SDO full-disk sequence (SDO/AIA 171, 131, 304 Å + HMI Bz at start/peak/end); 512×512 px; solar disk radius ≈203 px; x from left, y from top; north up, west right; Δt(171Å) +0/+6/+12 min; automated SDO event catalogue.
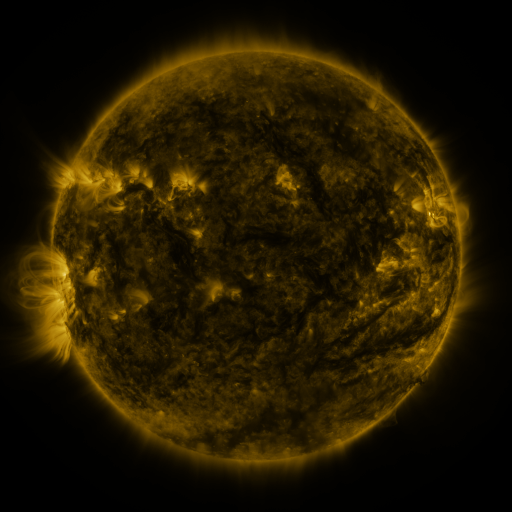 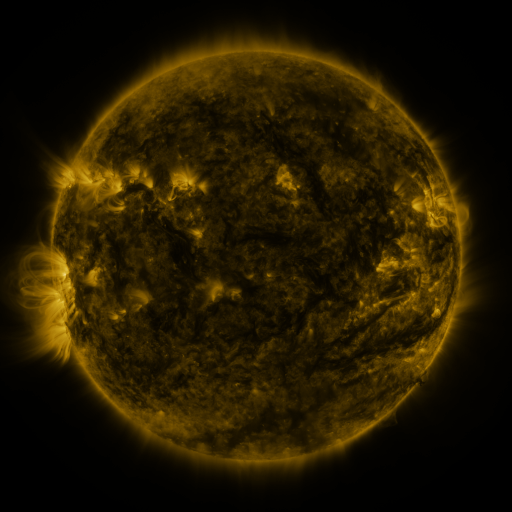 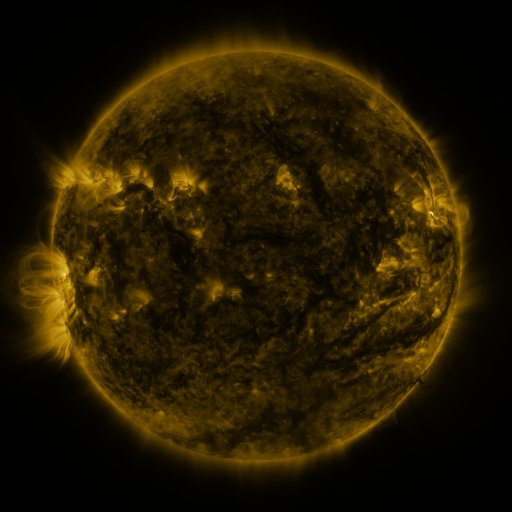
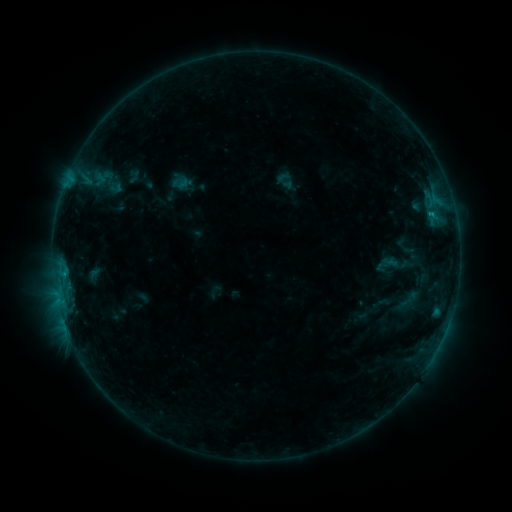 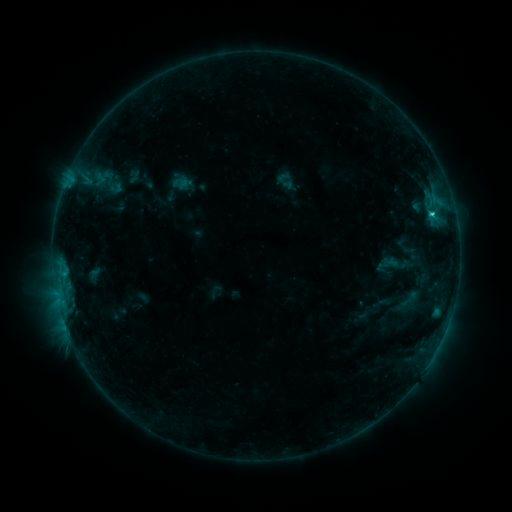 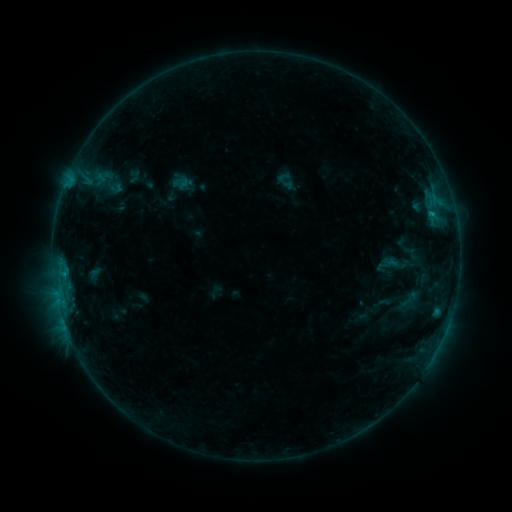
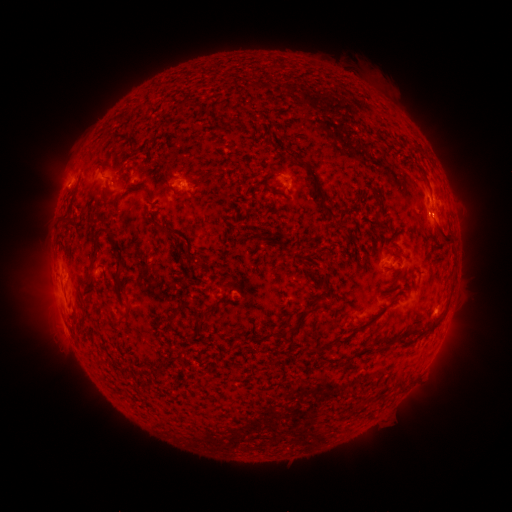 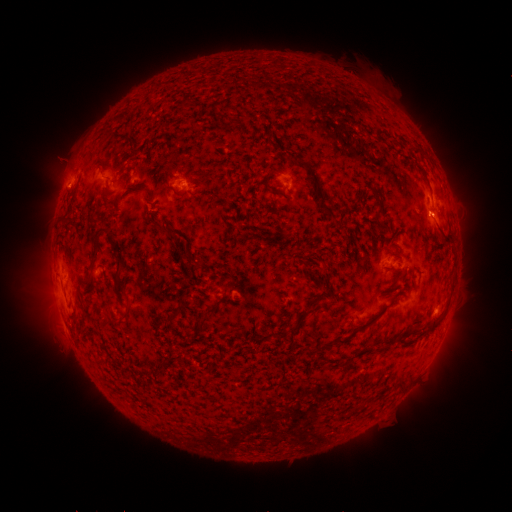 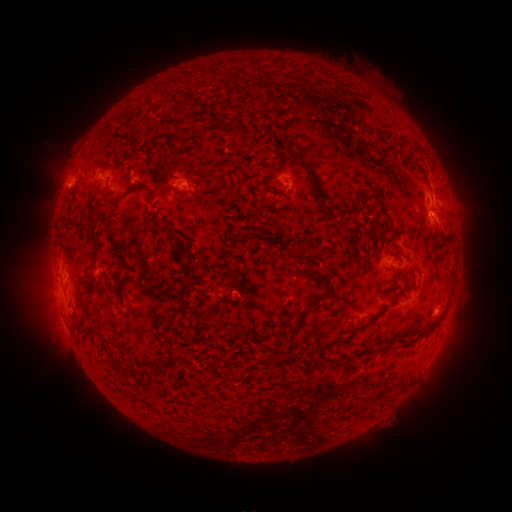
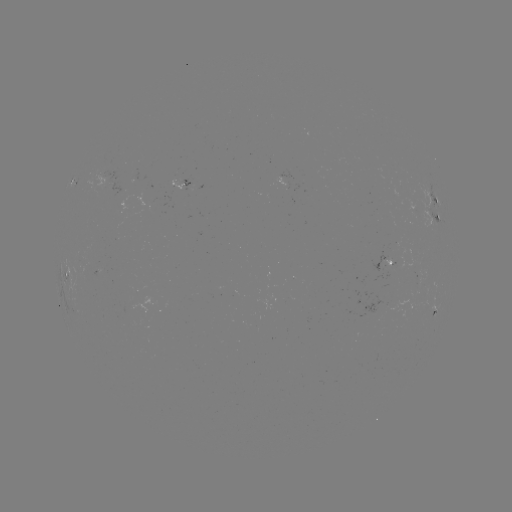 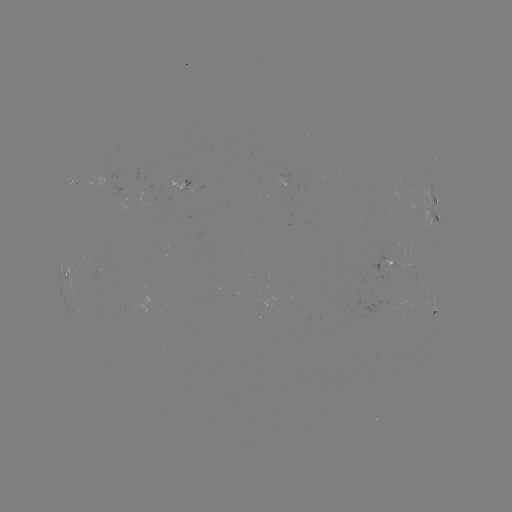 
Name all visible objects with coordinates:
C1.2 flare: (430, 215)
